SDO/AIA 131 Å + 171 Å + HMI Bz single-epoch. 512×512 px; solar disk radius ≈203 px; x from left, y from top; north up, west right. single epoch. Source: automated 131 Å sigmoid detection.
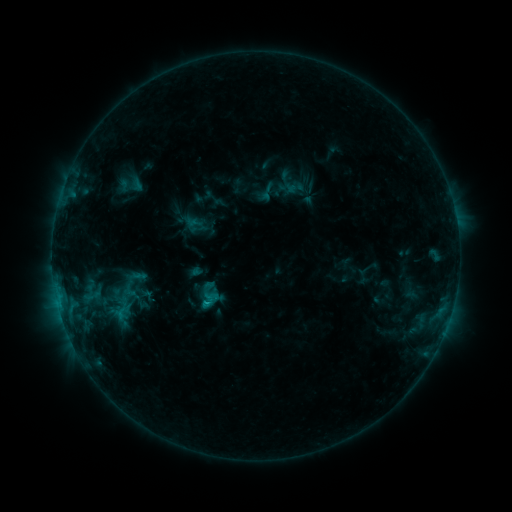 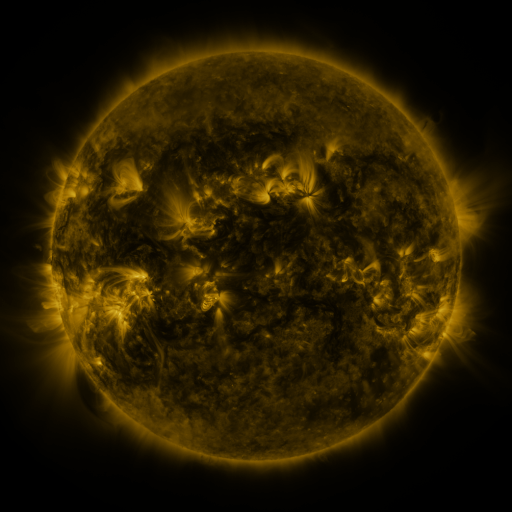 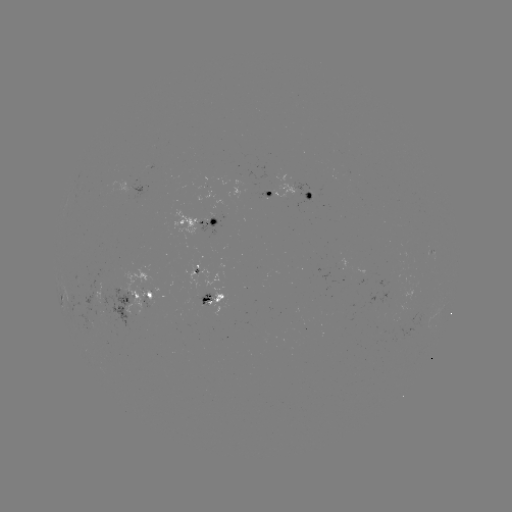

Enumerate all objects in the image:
sigmoid: <bbox>258, 183, 277, 202</bbox>
